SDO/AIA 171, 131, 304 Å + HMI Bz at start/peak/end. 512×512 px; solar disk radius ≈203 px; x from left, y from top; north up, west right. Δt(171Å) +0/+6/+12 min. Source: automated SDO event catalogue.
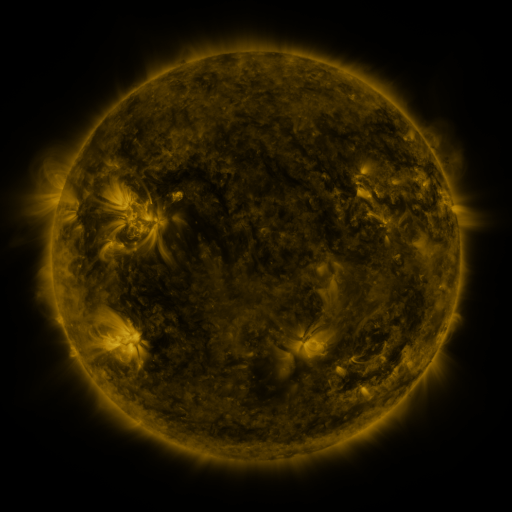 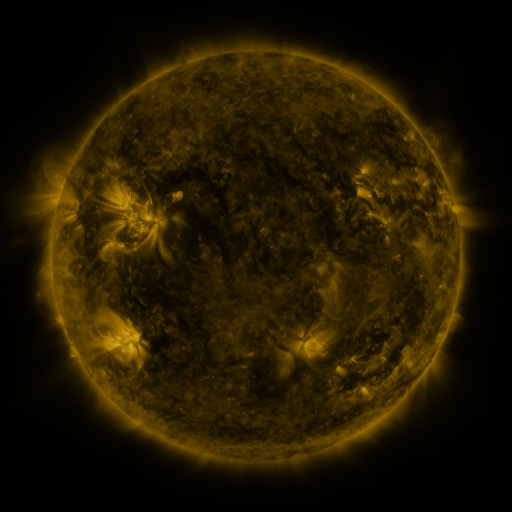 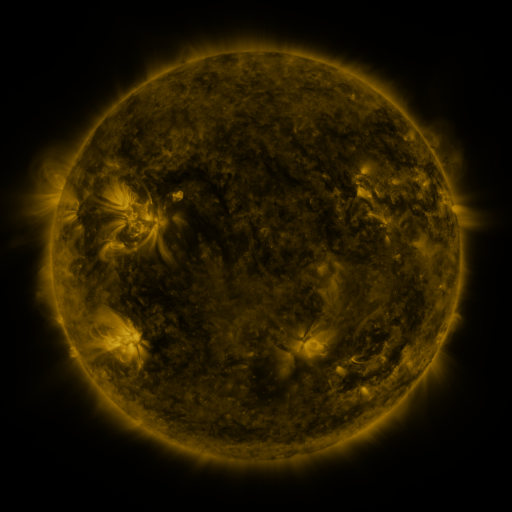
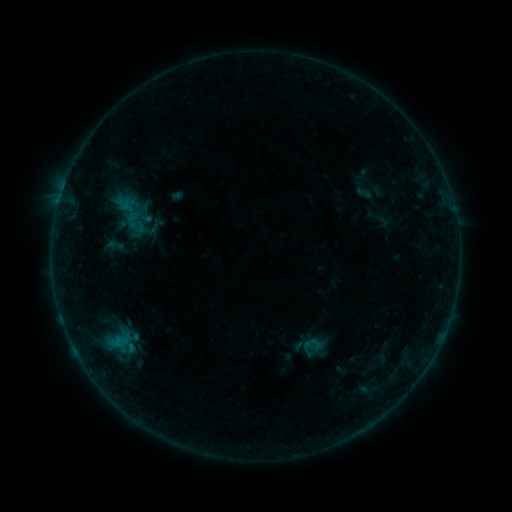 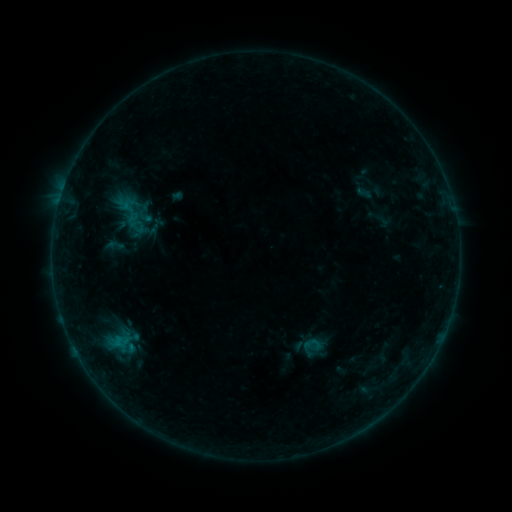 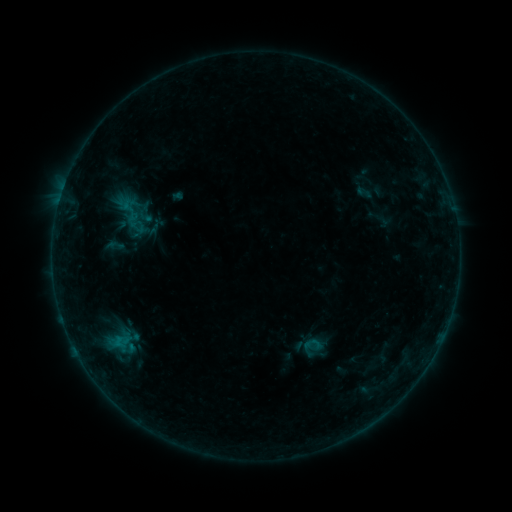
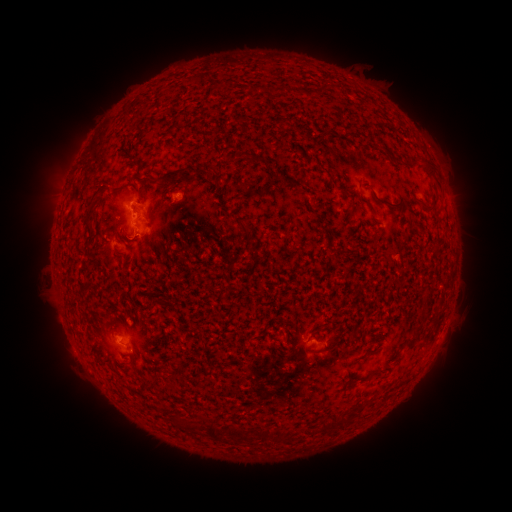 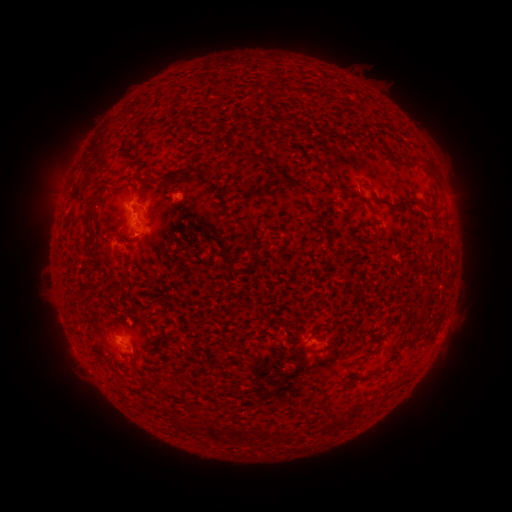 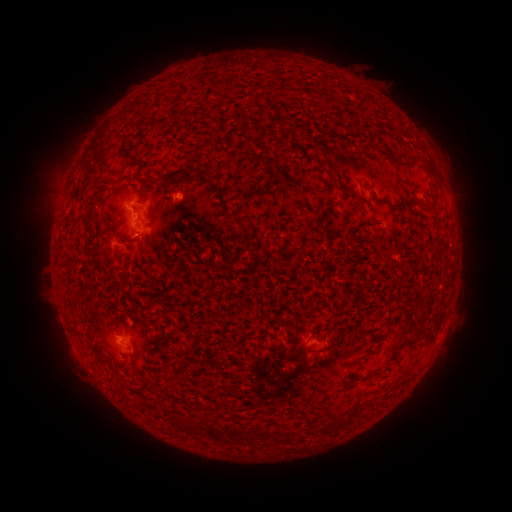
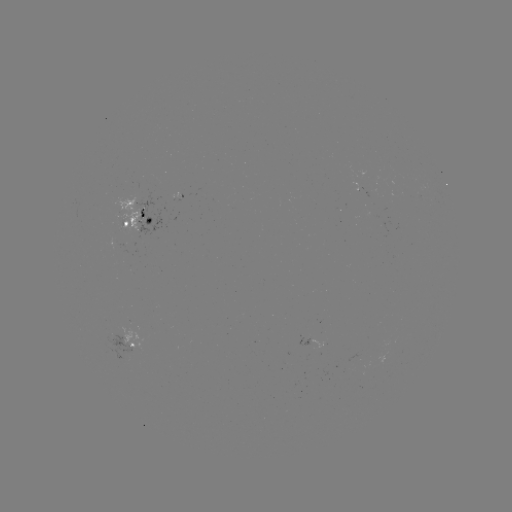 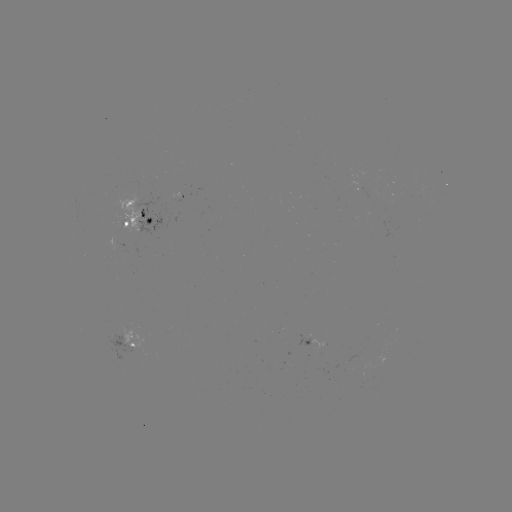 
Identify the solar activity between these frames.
no flare in any classed list; no EUV-trigger detection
